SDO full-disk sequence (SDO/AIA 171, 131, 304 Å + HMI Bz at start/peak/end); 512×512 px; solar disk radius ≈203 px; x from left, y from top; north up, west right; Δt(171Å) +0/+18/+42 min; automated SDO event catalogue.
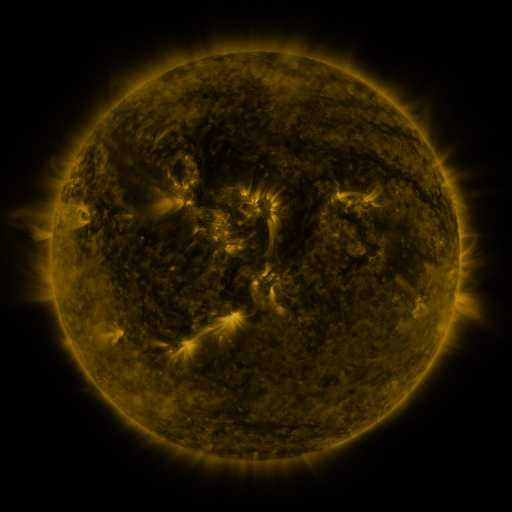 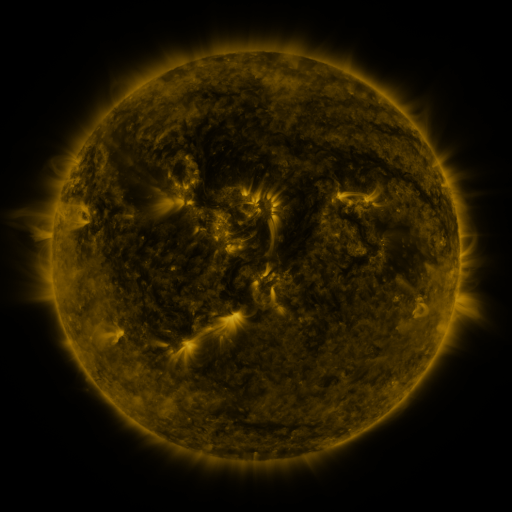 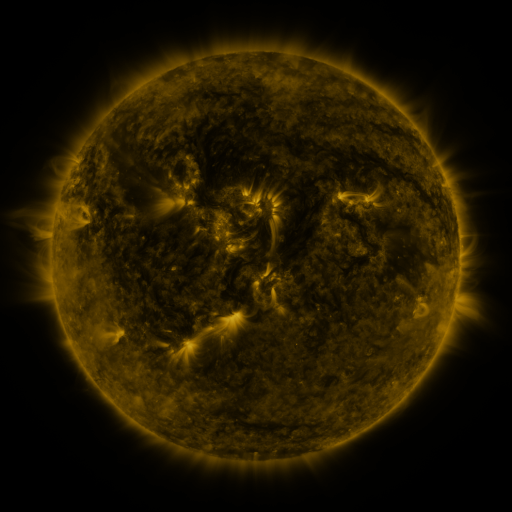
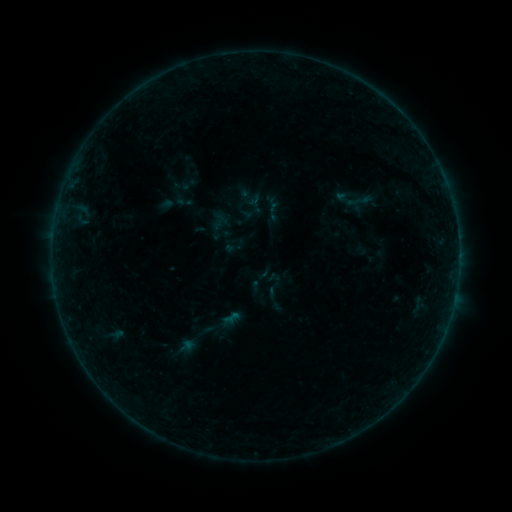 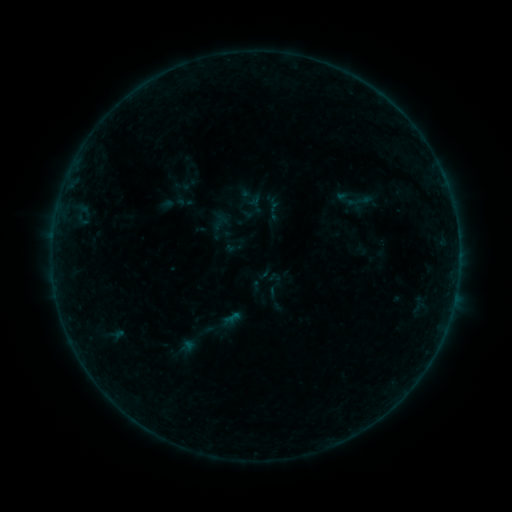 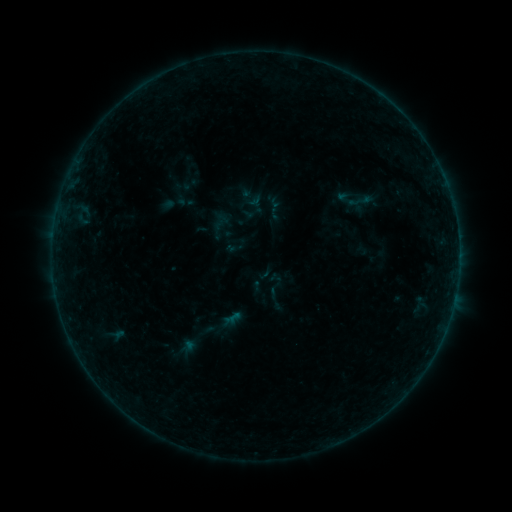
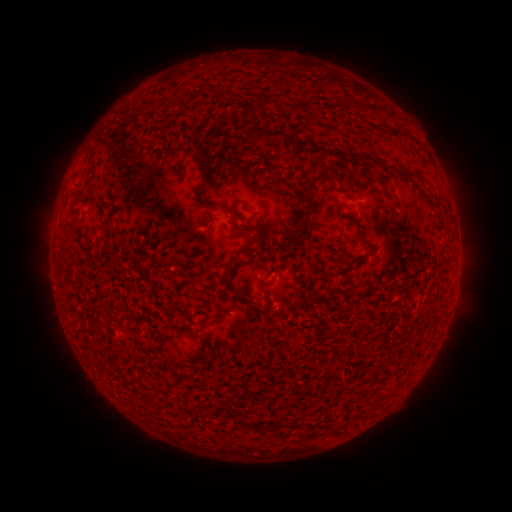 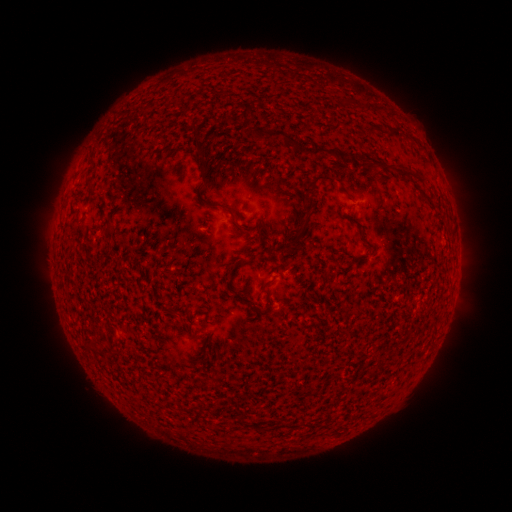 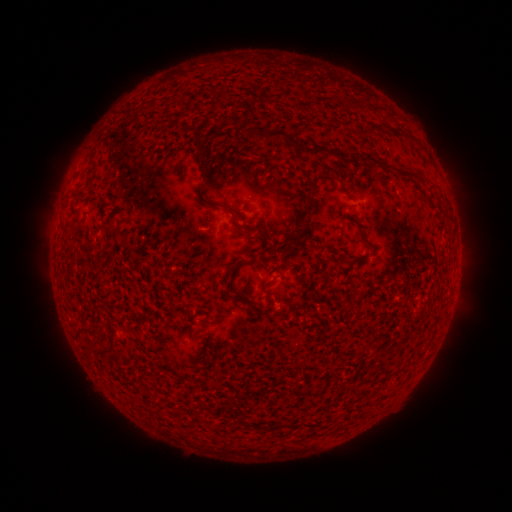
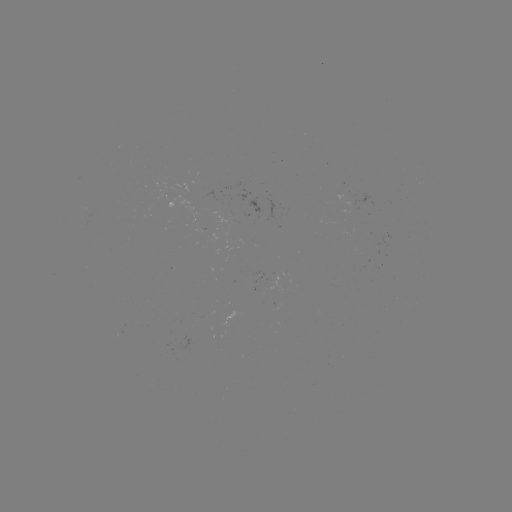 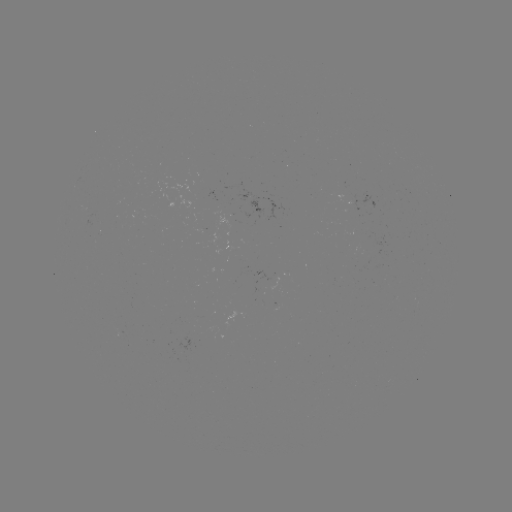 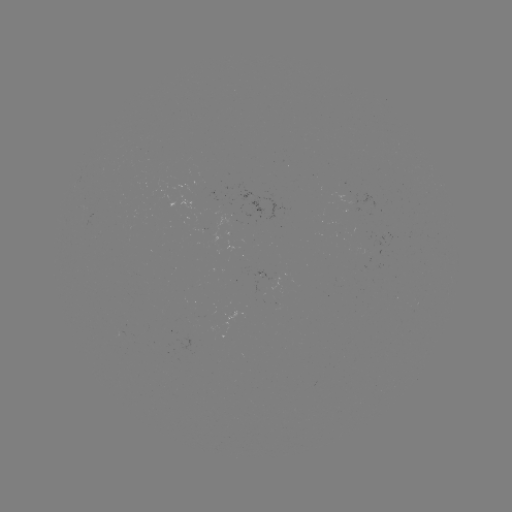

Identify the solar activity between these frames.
no classed flare was catalogued and no EUV brightening was flagged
